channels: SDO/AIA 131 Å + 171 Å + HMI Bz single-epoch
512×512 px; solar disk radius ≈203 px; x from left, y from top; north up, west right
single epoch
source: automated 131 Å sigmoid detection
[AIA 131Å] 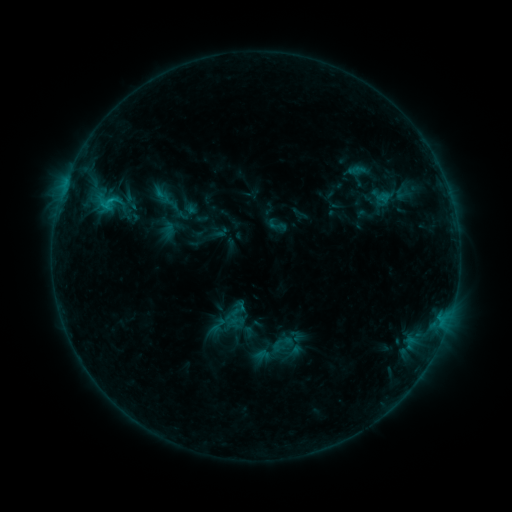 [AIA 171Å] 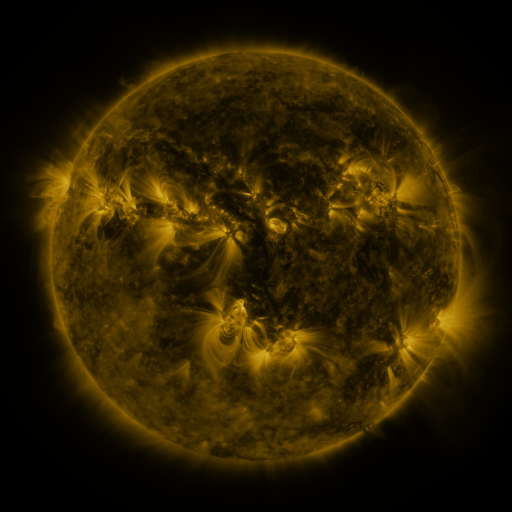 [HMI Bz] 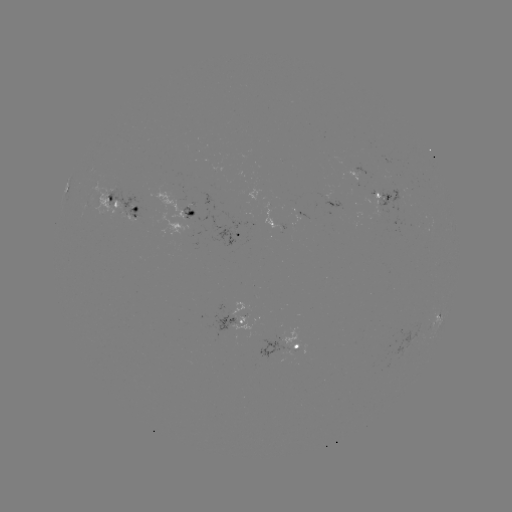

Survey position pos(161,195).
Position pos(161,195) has sigmoid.